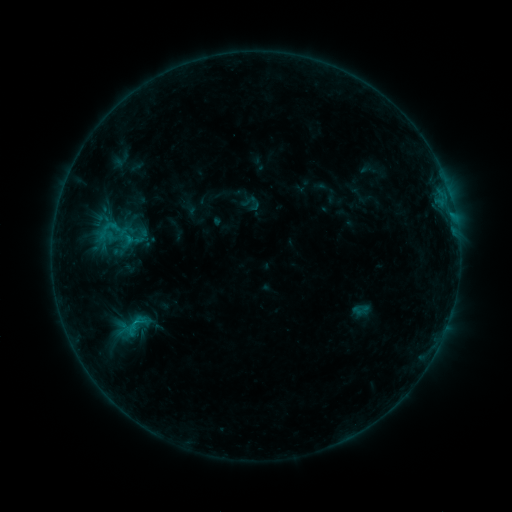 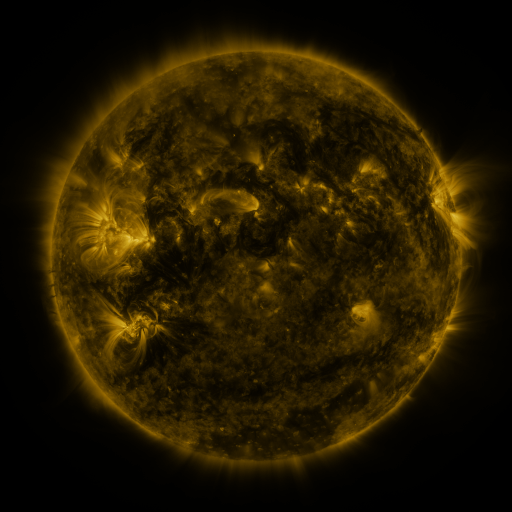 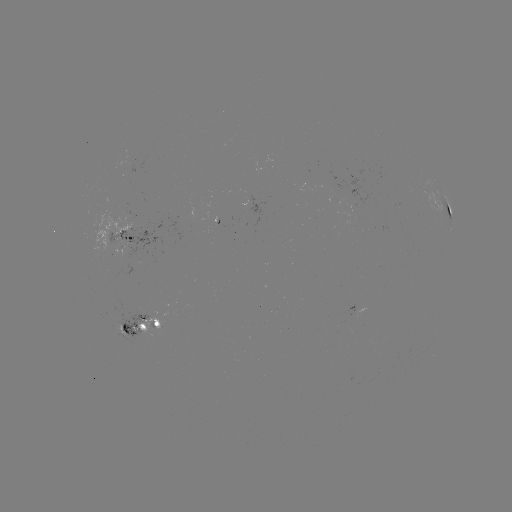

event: sigmoid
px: (110, 228)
